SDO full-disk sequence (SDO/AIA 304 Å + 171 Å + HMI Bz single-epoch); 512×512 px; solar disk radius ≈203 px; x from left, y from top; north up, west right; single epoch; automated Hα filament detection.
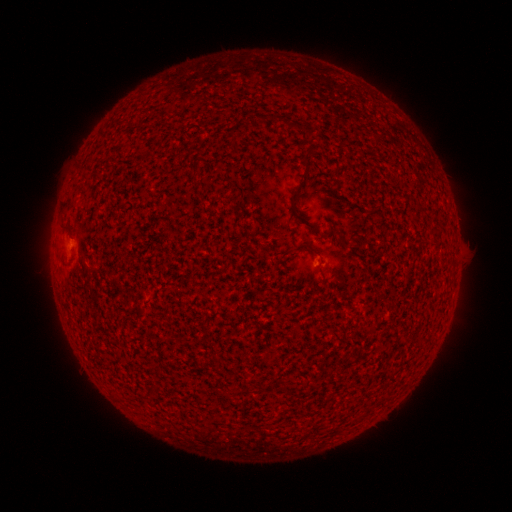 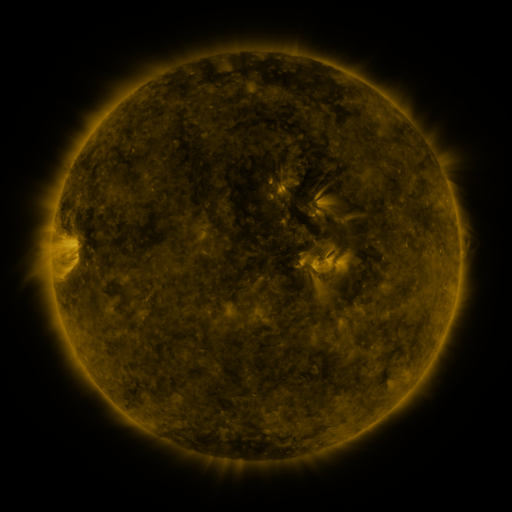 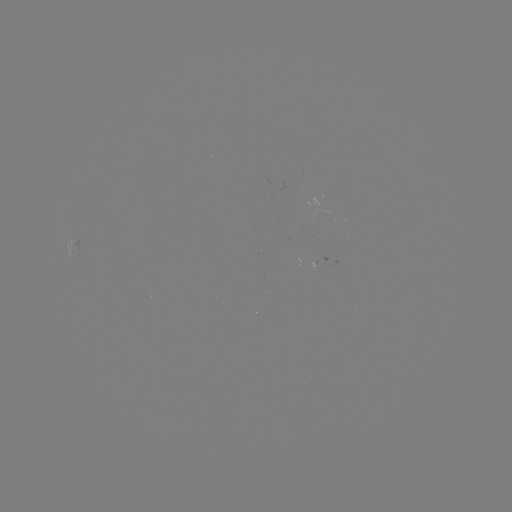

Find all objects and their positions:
filament: (308, 159)
filament: (65, 226)
filament: (309, 248)
